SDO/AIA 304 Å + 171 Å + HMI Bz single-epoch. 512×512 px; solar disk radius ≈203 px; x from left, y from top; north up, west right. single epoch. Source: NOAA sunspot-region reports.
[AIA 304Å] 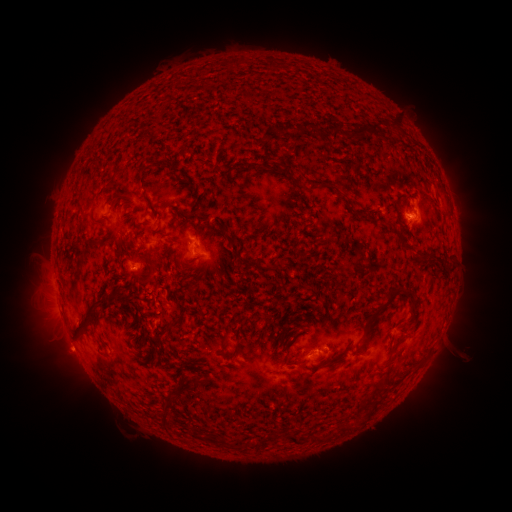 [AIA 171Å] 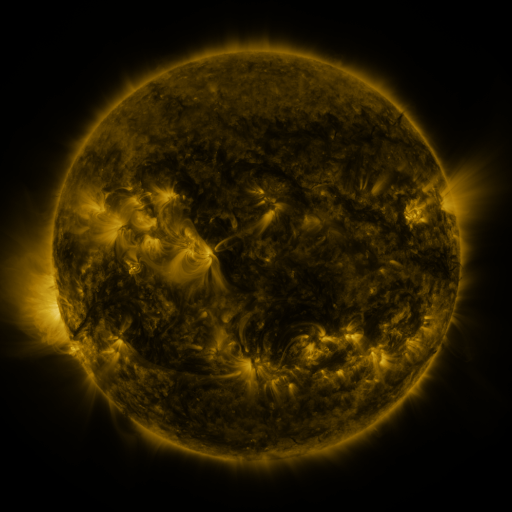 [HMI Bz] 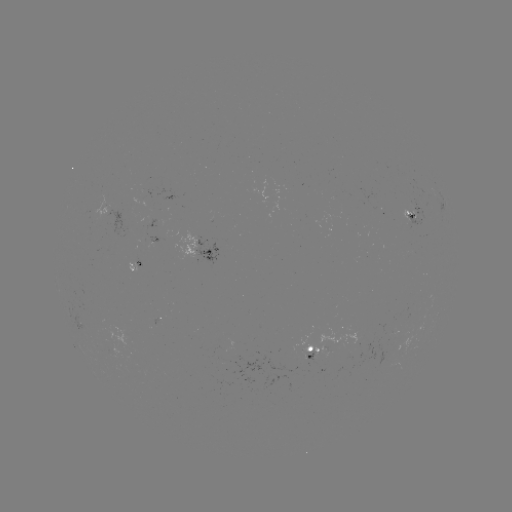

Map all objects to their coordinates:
spotted active region: (413, 211)
spotted active region: (108, 212)
spotted active region: (101, 226)
spotted active region: (203, 252)
spotted active region: (136, 262)
spotted active region: (321, 350)
